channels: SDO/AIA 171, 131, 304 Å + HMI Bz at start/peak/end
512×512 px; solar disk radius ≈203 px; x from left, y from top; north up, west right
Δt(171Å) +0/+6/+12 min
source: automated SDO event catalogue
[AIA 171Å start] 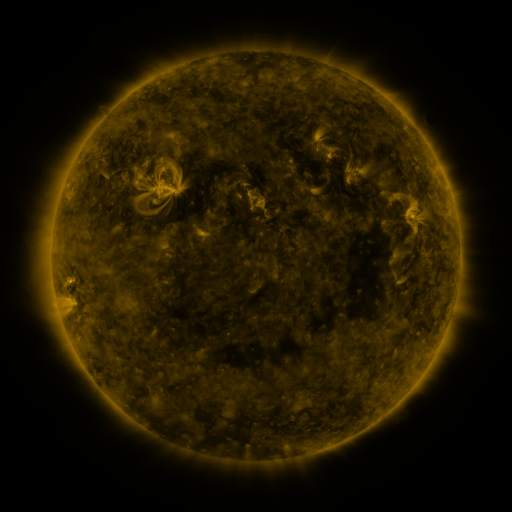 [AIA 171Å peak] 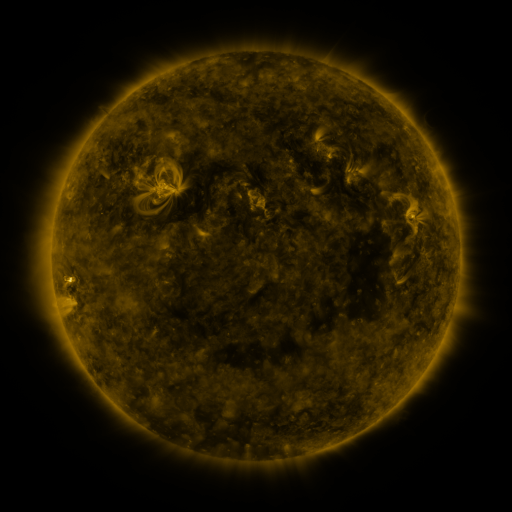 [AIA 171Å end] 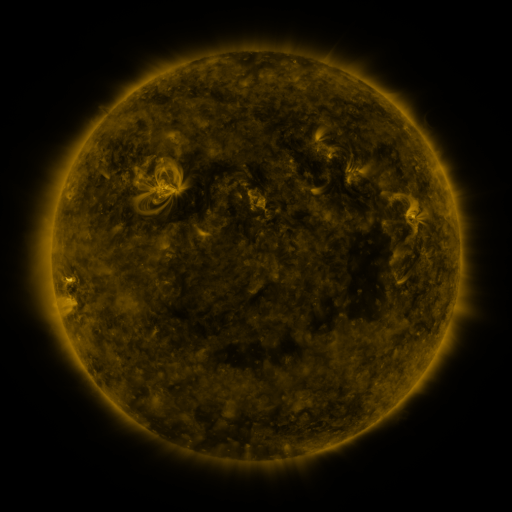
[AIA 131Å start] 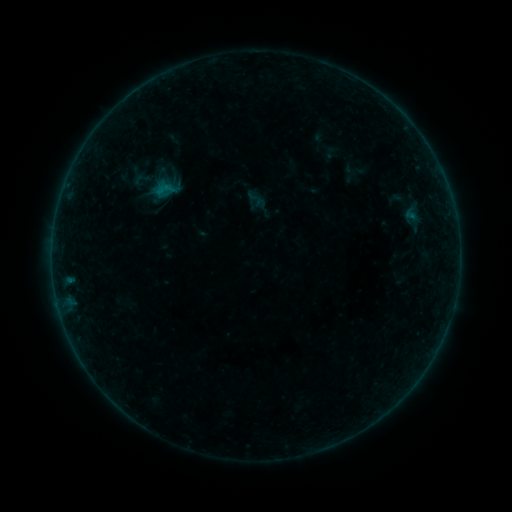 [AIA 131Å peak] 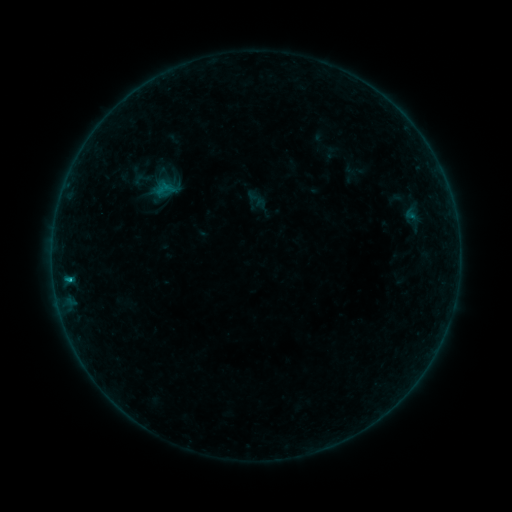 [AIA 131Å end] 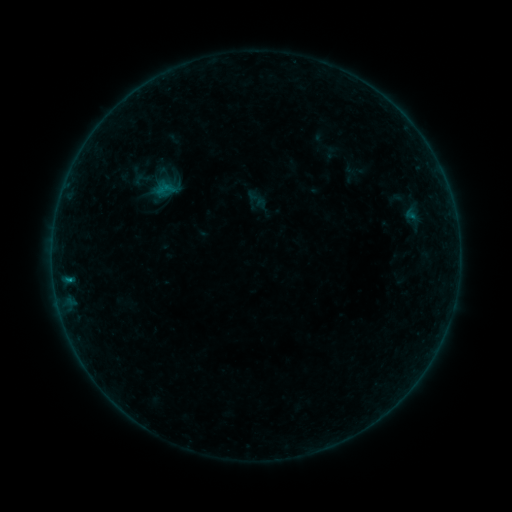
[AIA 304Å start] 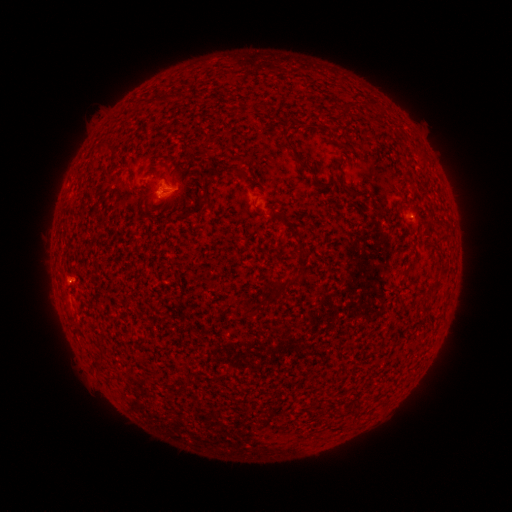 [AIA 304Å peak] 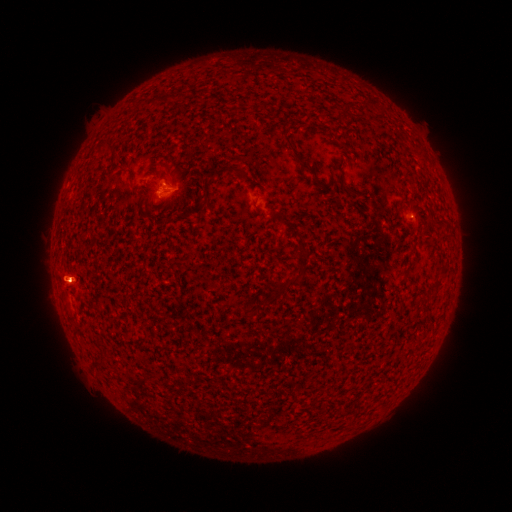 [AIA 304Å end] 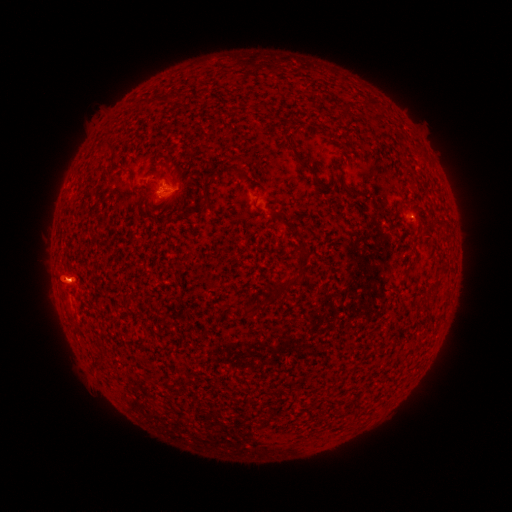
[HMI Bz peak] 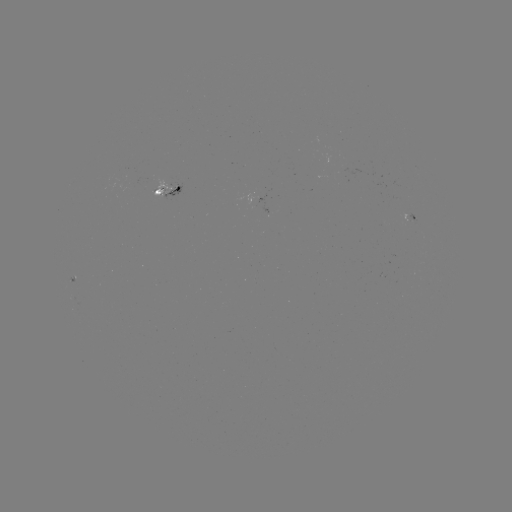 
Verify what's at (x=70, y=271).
B4.7 flare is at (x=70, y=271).